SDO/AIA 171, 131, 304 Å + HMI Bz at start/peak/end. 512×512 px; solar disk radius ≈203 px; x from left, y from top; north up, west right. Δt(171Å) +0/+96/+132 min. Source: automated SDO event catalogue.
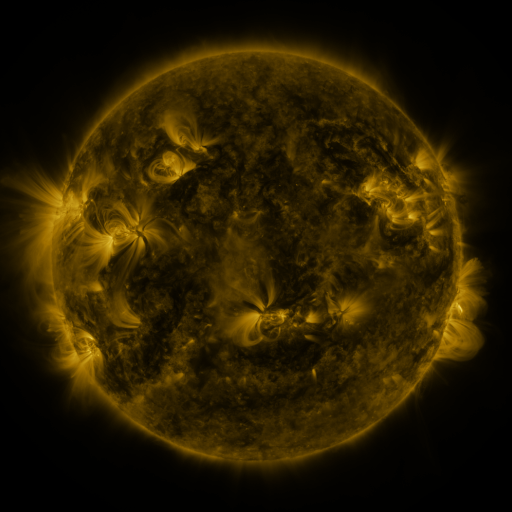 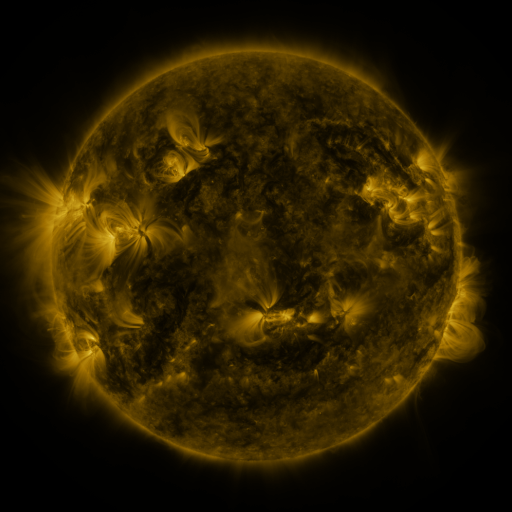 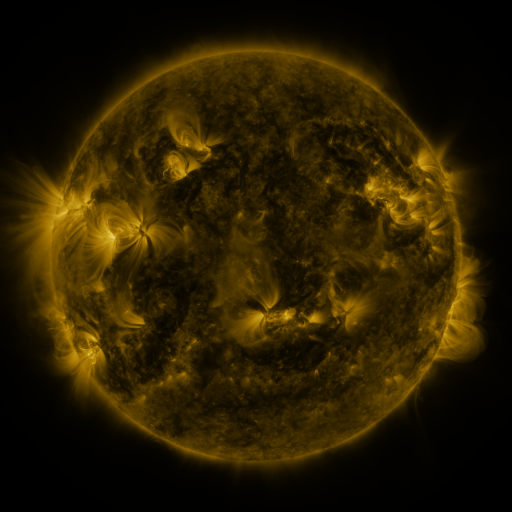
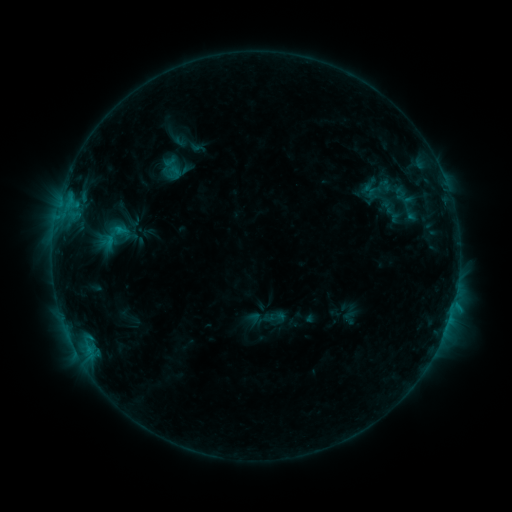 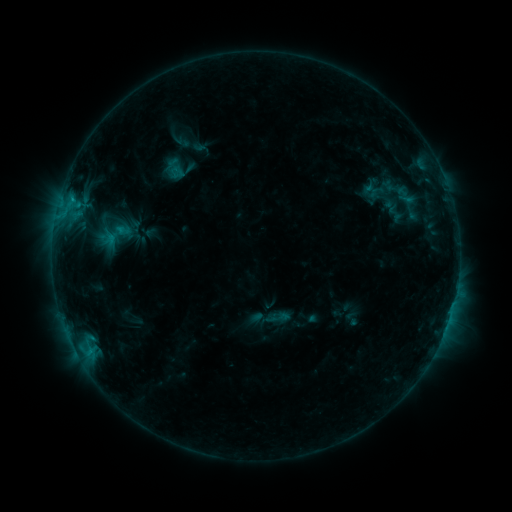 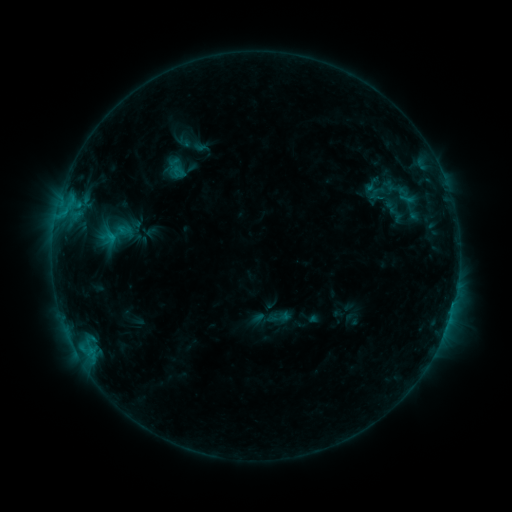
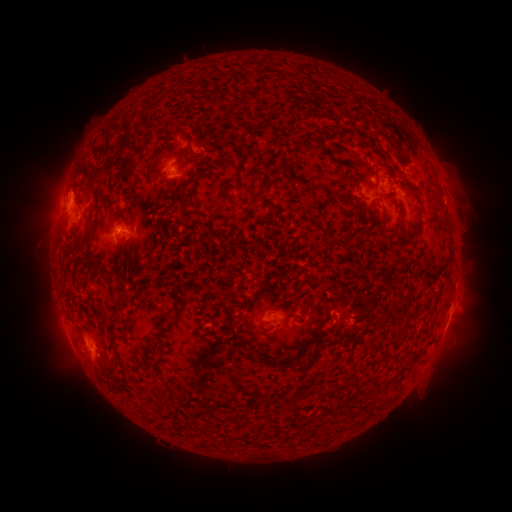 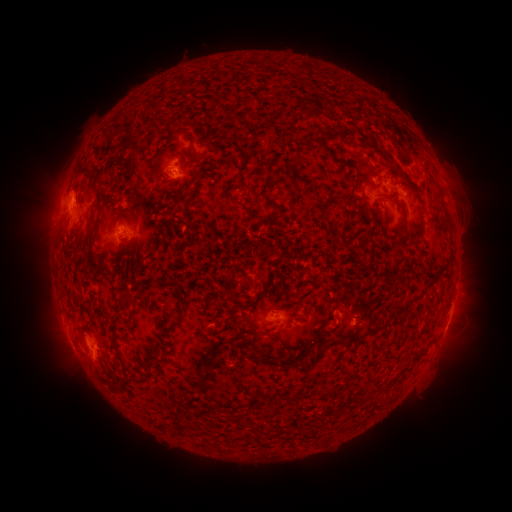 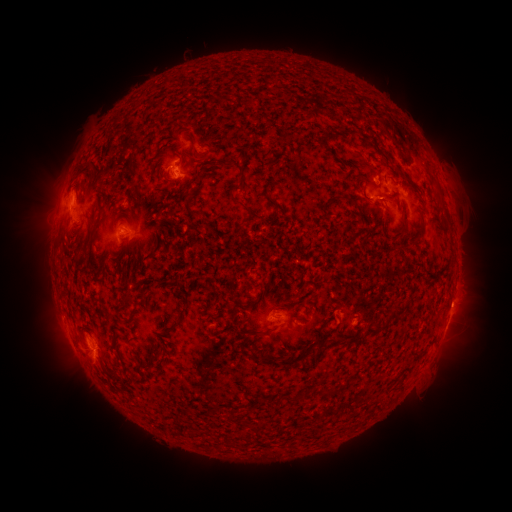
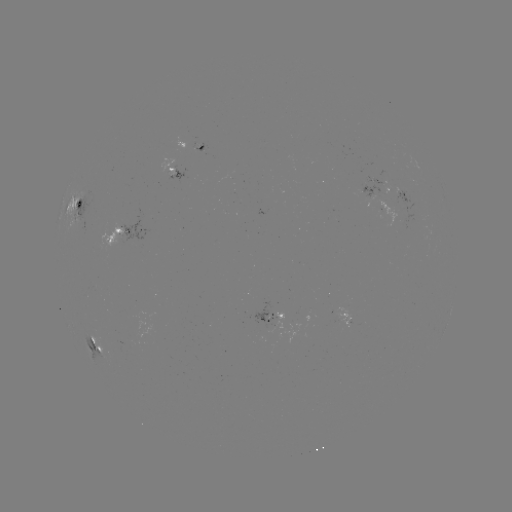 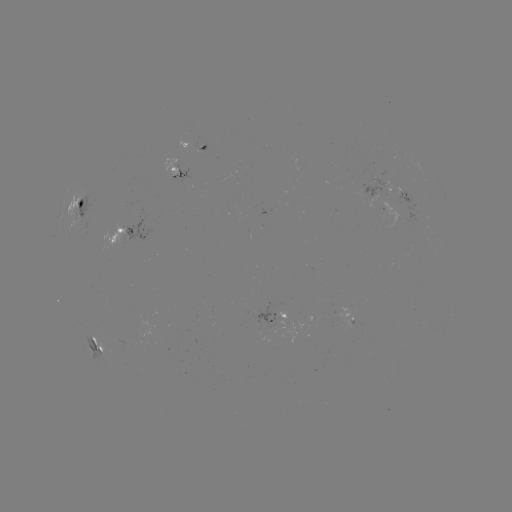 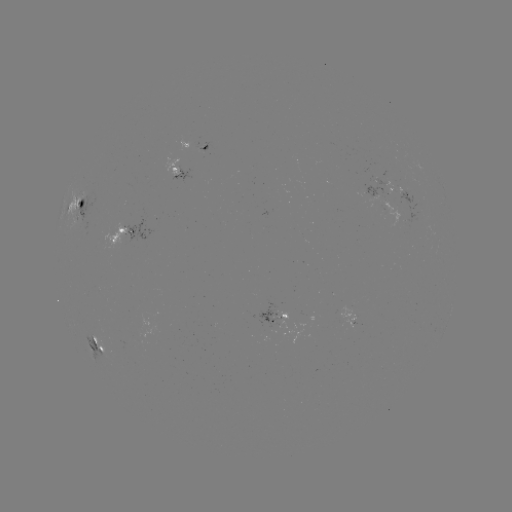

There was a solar emerging-flux region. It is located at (387, 206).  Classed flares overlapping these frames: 4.